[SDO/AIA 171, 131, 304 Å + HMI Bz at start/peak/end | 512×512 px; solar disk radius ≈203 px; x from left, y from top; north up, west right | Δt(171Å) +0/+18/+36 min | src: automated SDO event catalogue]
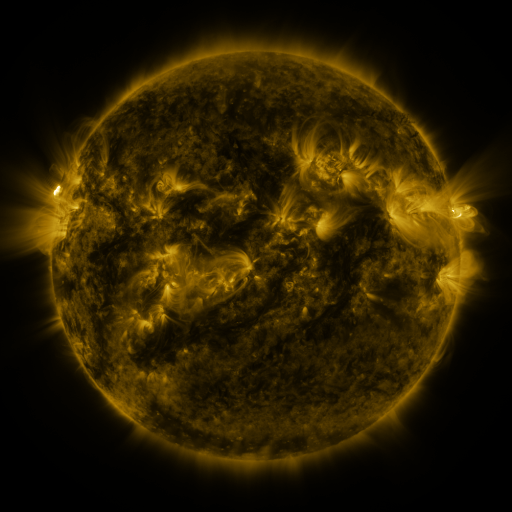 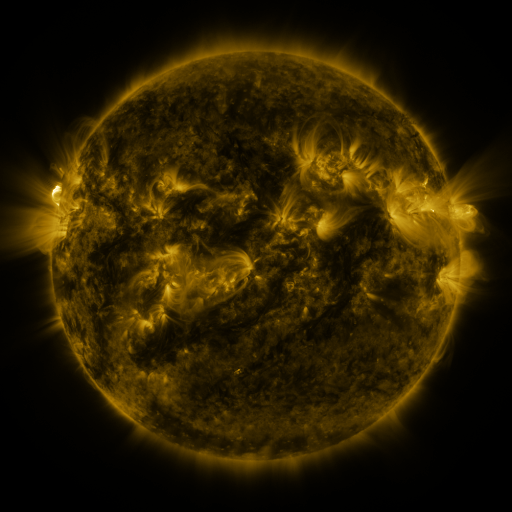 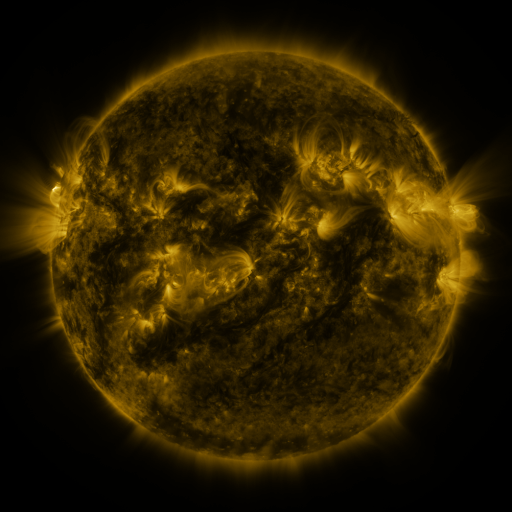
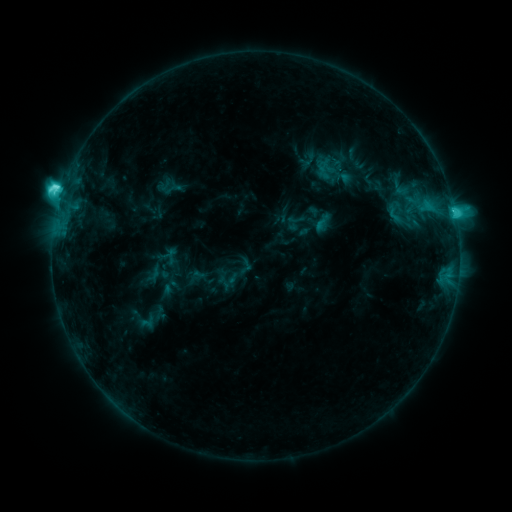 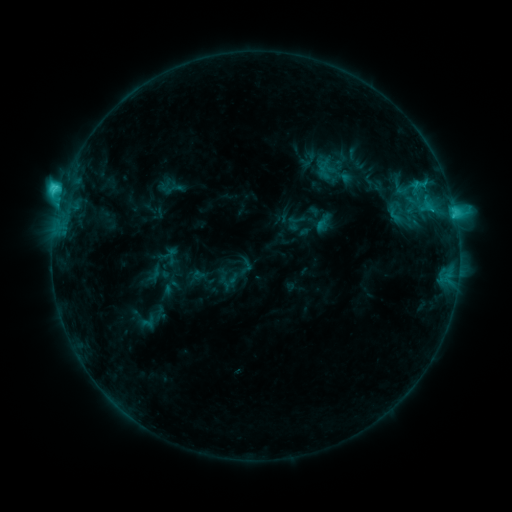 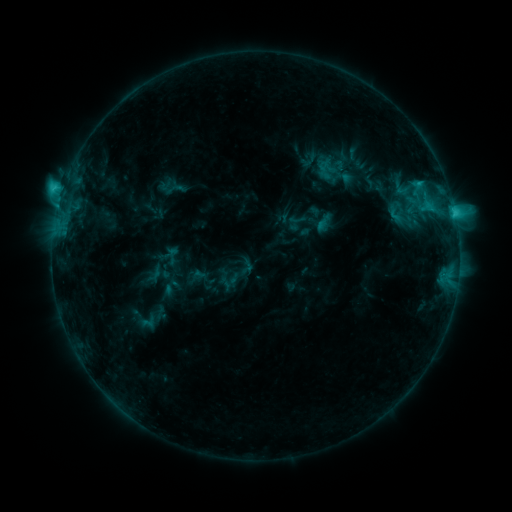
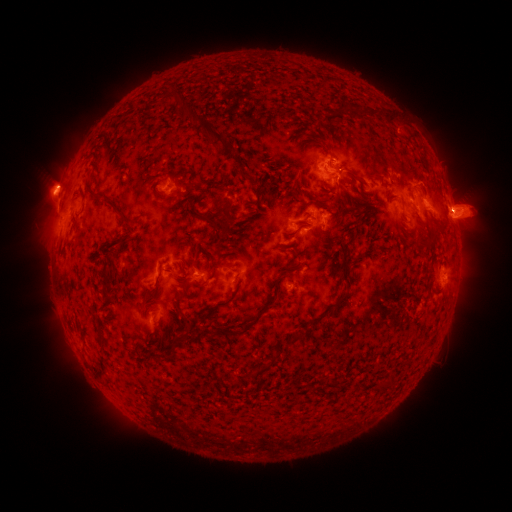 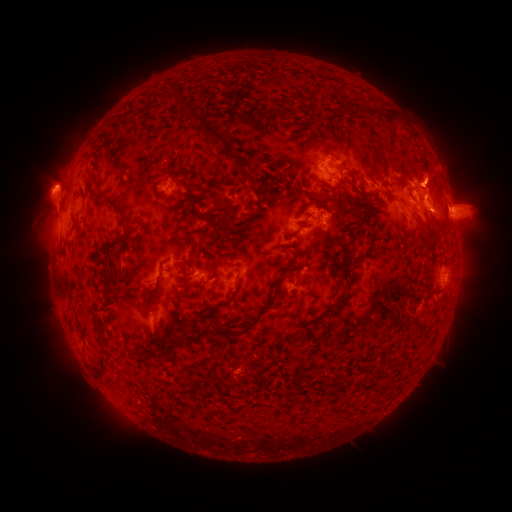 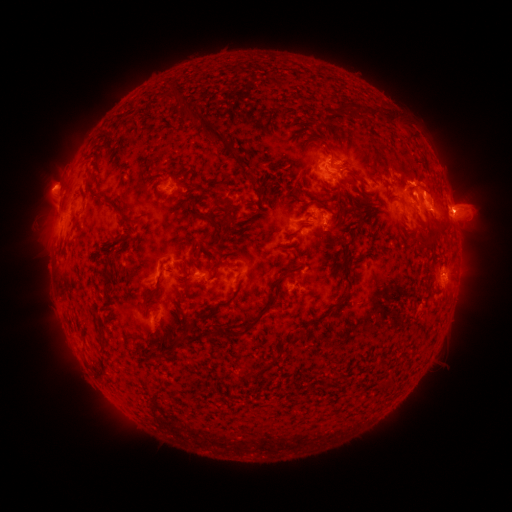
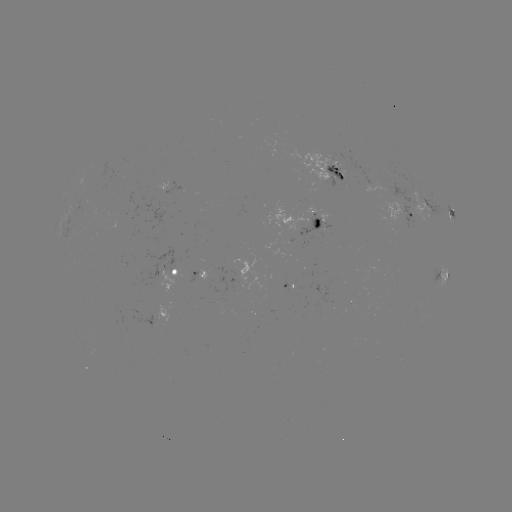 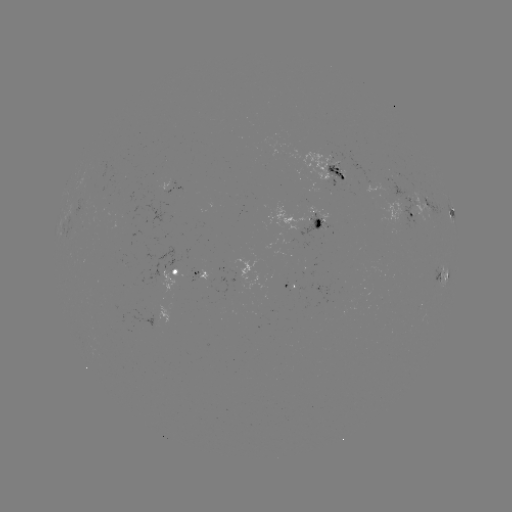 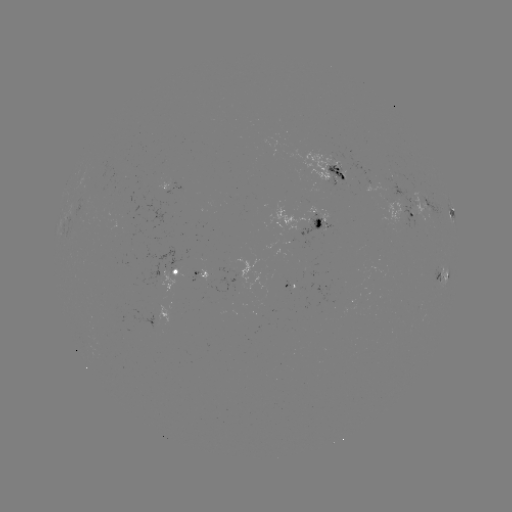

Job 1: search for eruption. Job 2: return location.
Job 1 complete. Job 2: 430,188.